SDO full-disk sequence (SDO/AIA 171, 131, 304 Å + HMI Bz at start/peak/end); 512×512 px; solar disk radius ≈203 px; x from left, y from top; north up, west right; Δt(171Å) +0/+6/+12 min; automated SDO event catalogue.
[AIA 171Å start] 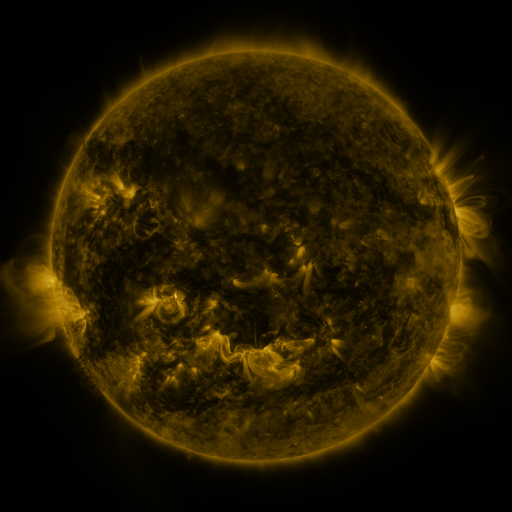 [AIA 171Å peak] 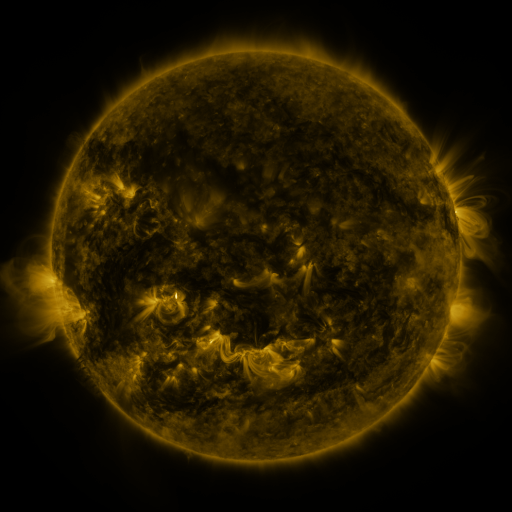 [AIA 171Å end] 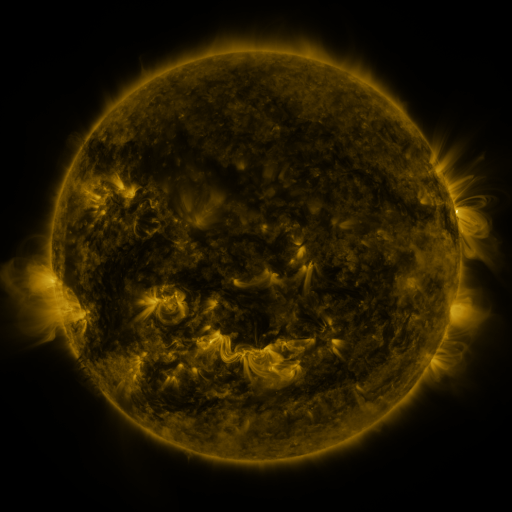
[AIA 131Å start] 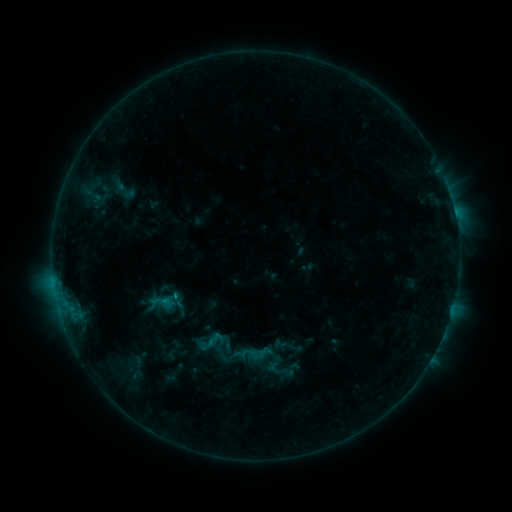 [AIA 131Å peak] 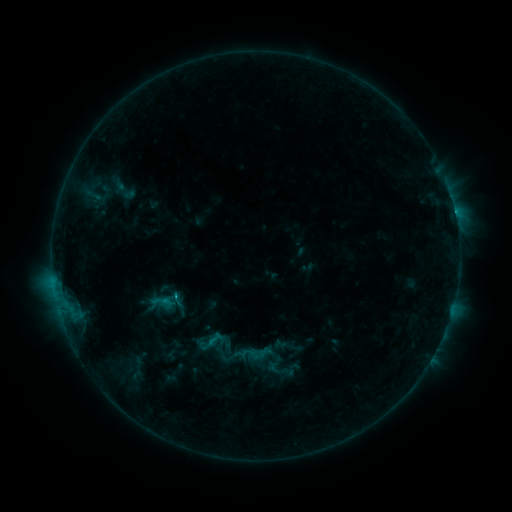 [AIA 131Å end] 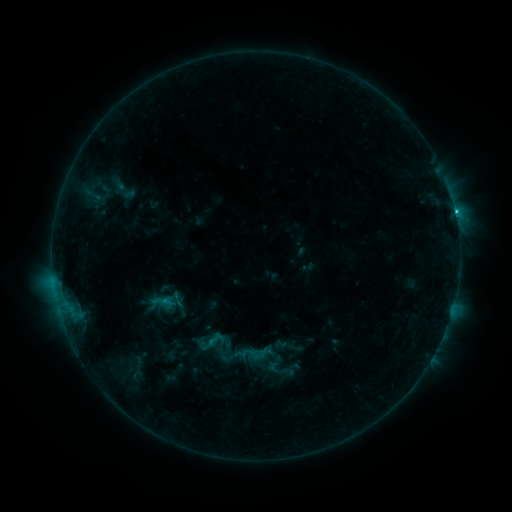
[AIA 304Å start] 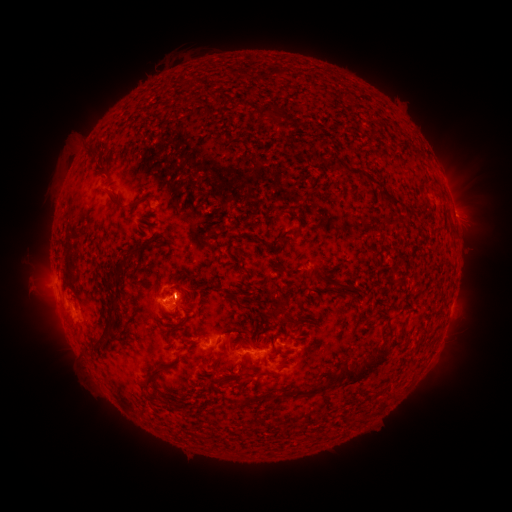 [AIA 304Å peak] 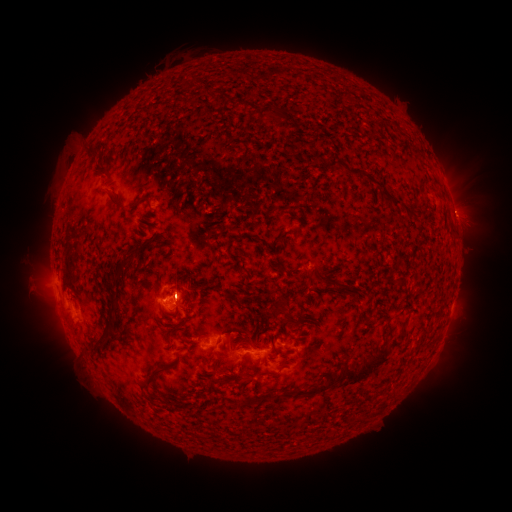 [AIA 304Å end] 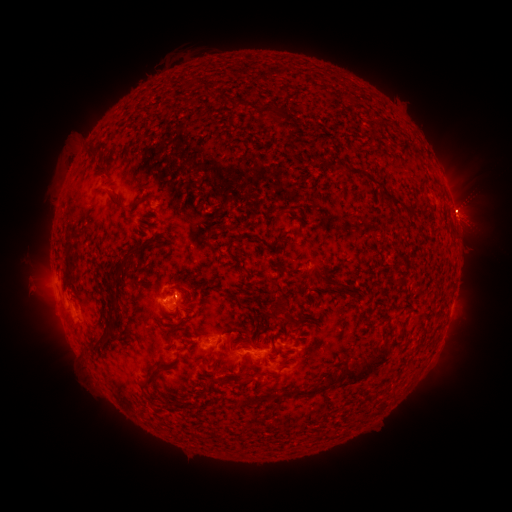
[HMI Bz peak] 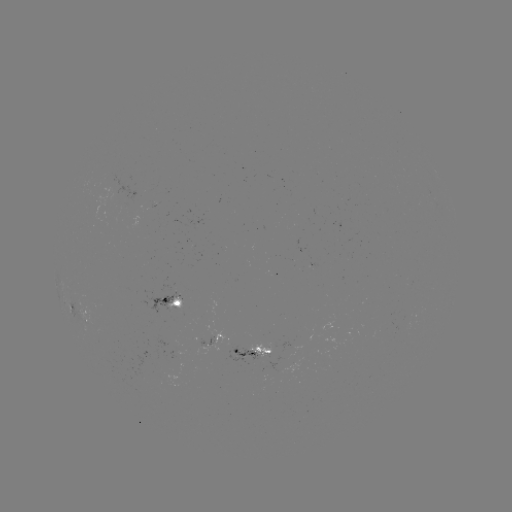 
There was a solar eruption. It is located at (465, 202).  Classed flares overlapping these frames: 1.